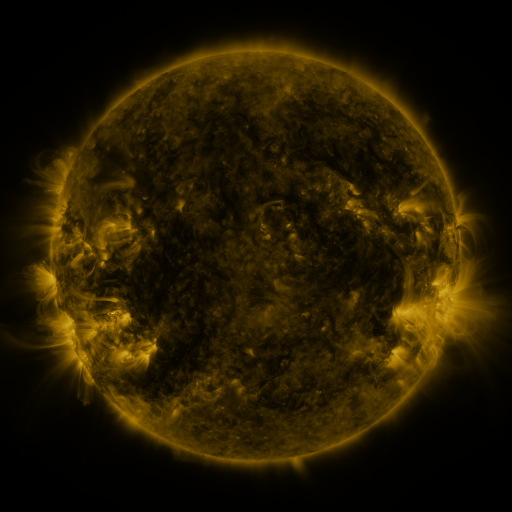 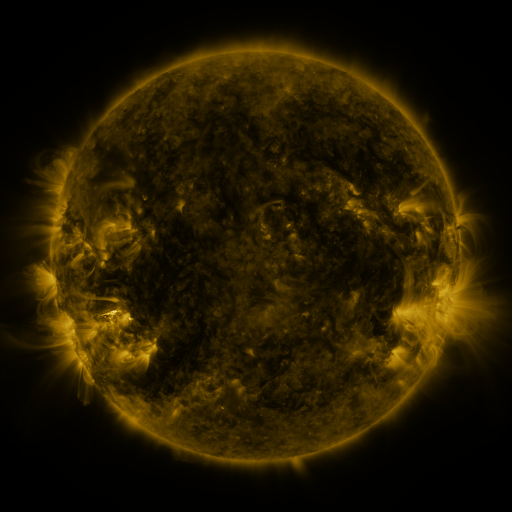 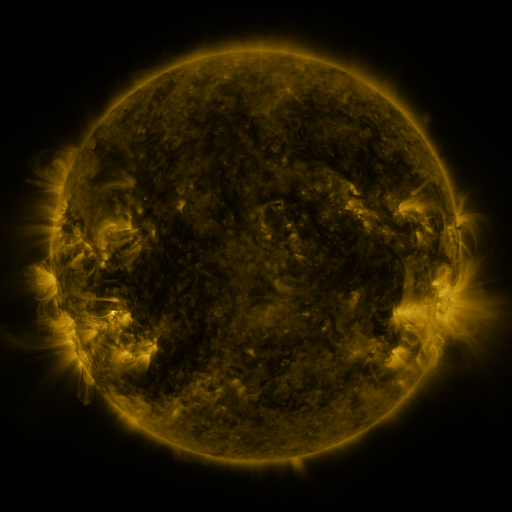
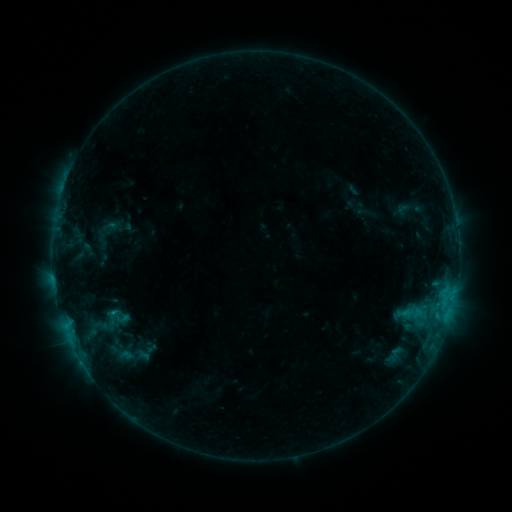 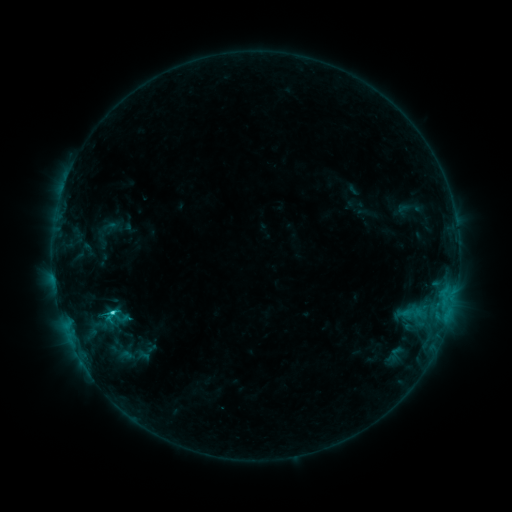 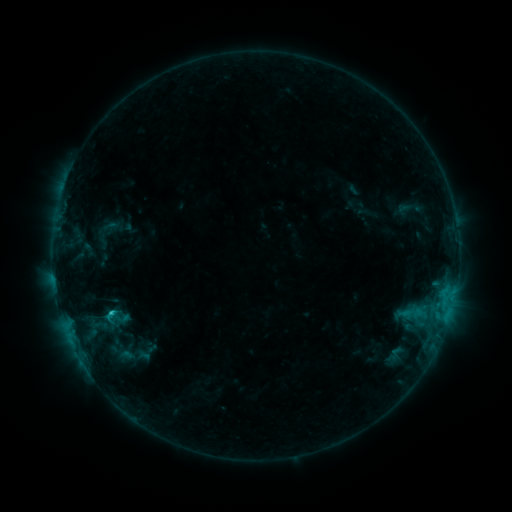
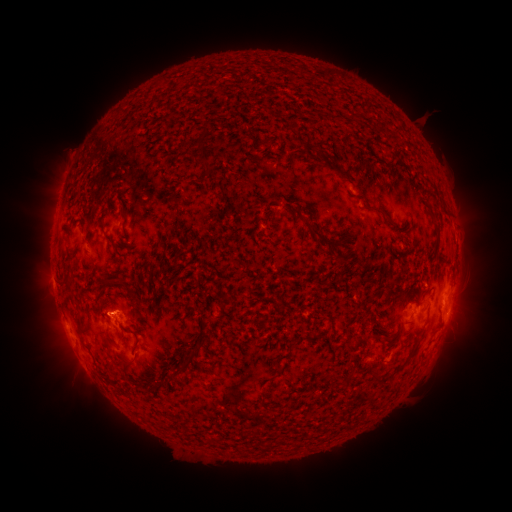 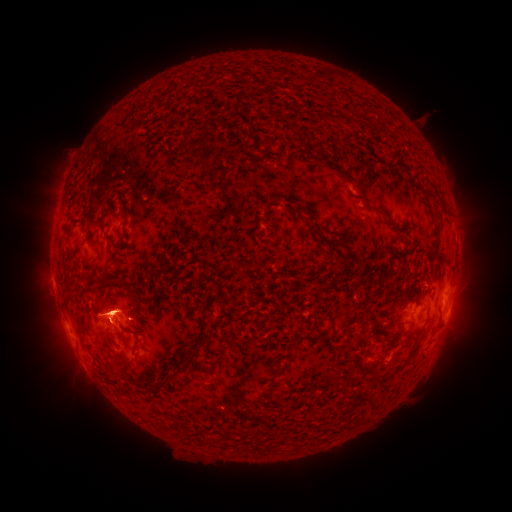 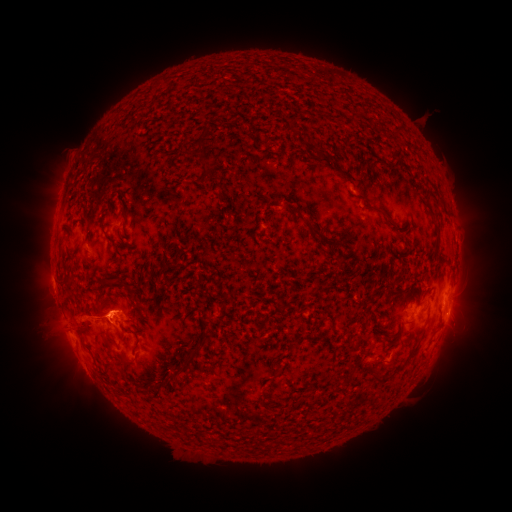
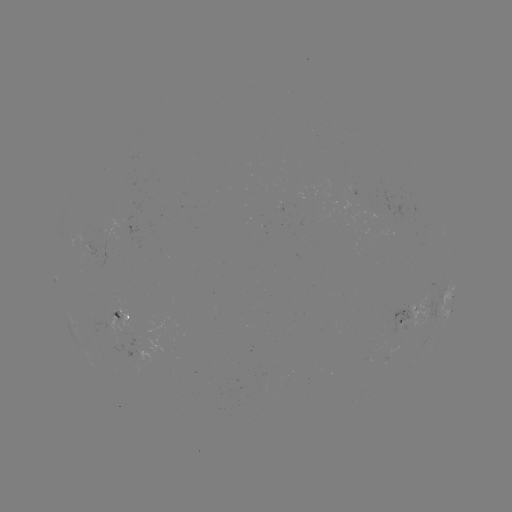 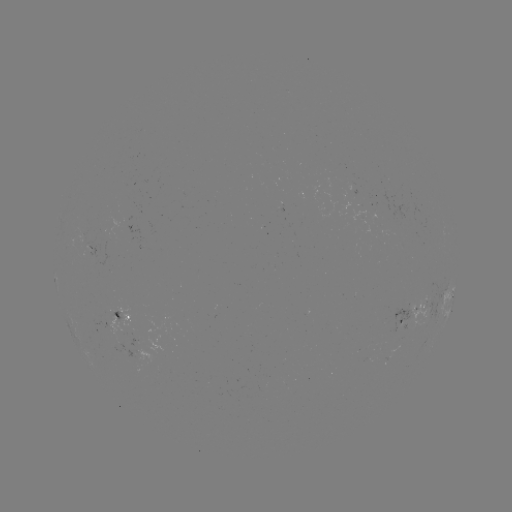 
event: flare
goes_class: C1.4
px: (113, 311)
